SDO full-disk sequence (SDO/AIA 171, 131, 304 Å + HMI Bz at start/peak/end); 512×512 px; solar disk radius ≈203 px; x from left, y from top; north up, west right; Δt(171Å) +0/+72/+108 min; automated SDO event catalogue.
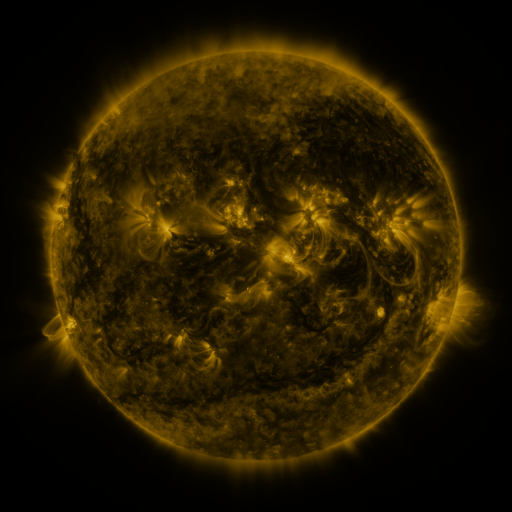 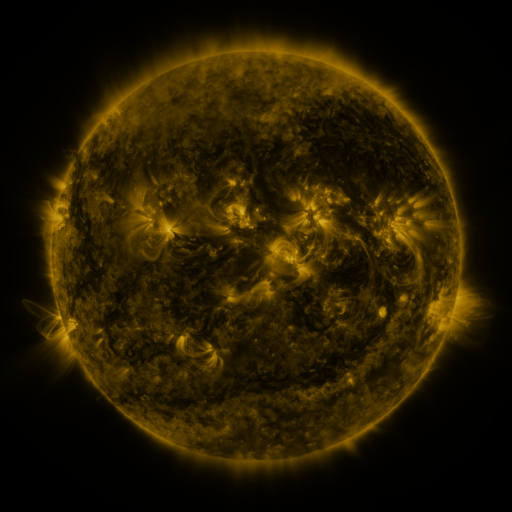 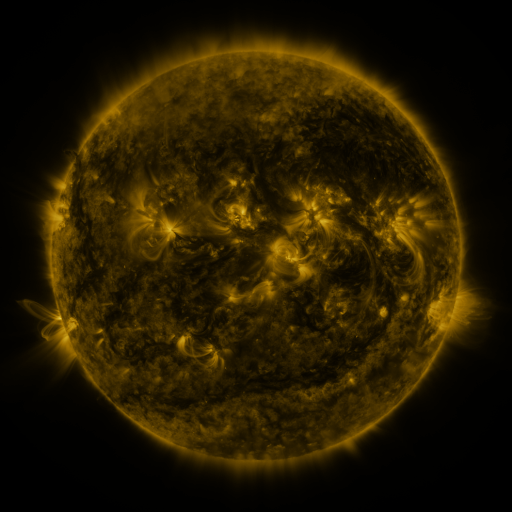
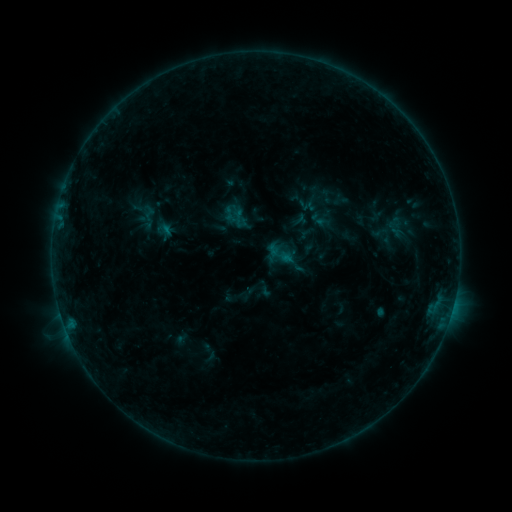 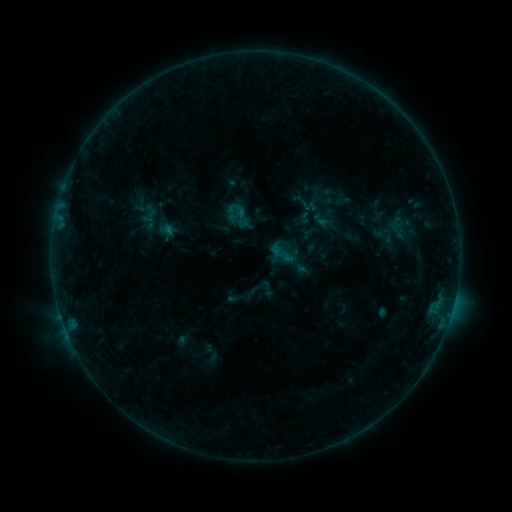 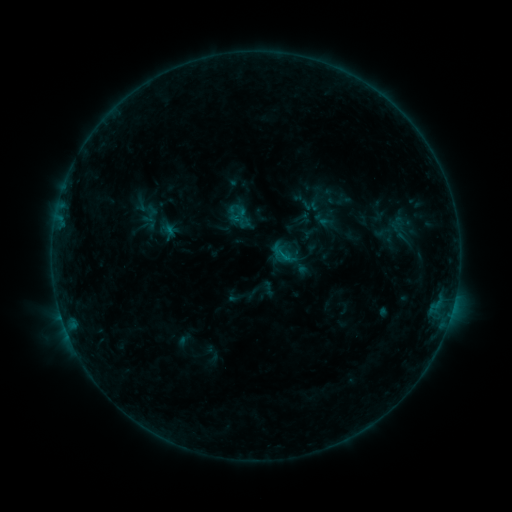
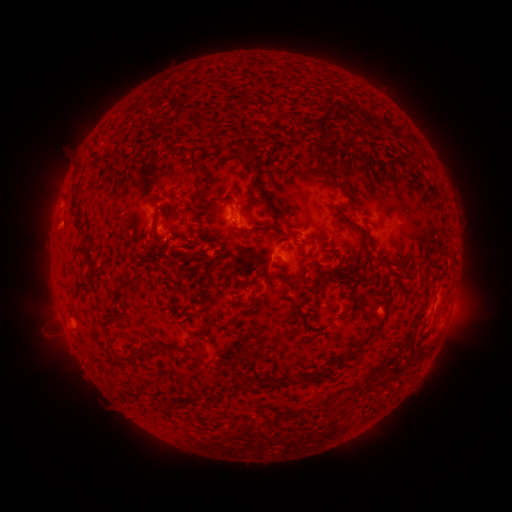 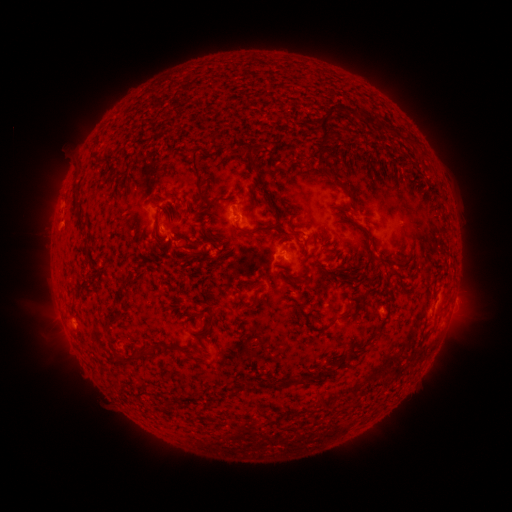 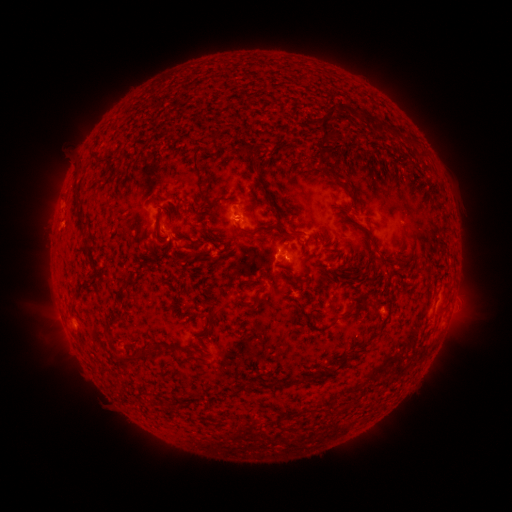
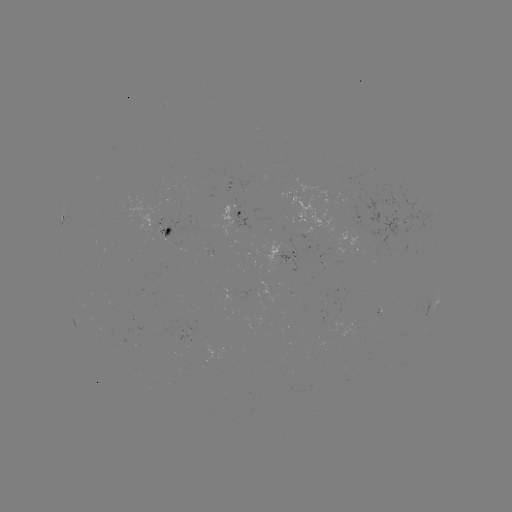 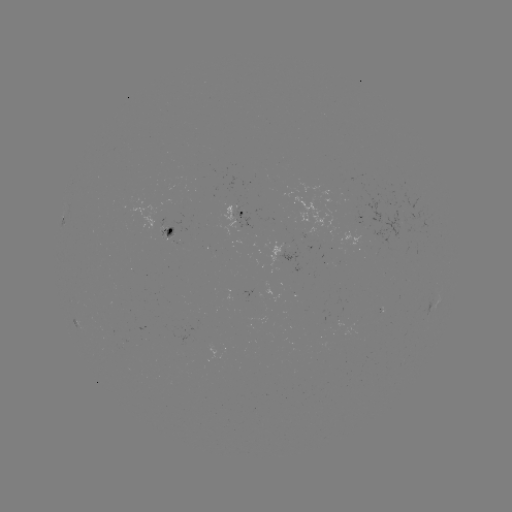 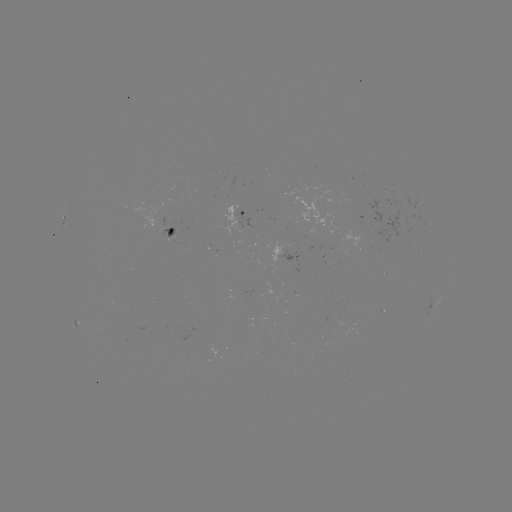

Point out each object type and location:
emerging-flux region: (353, 207)
